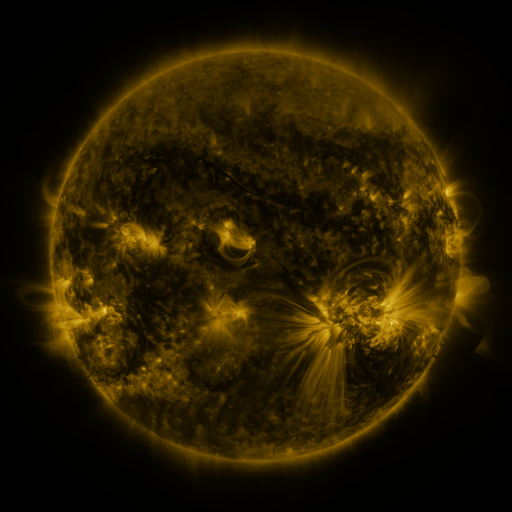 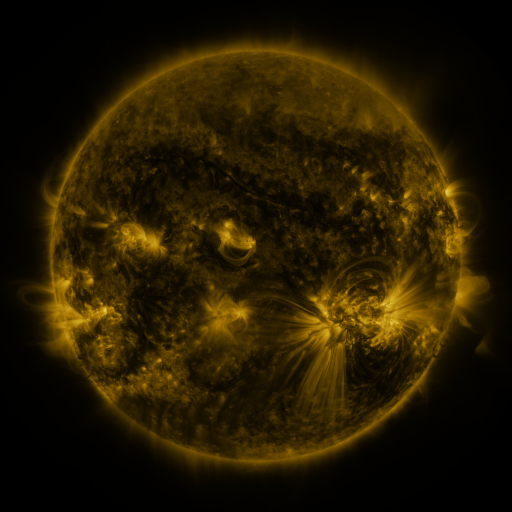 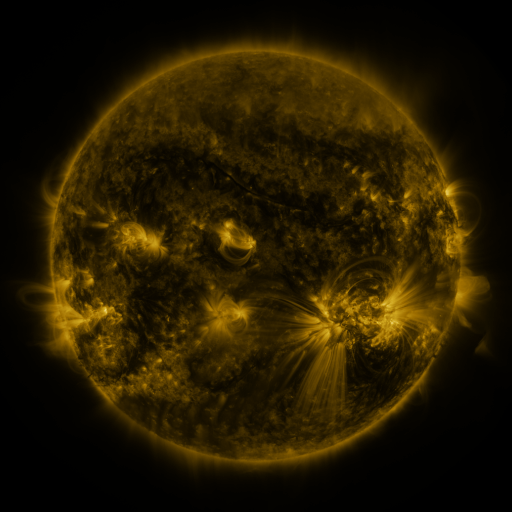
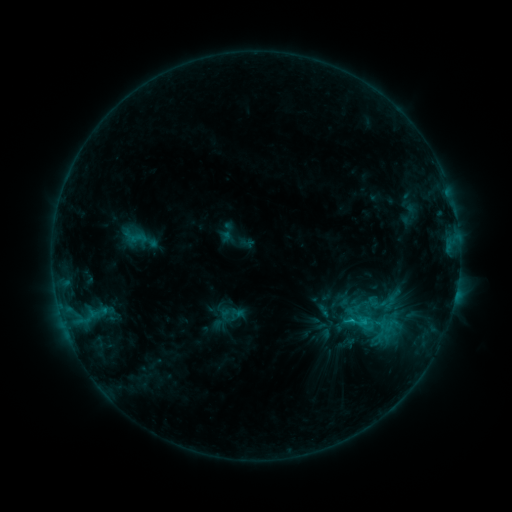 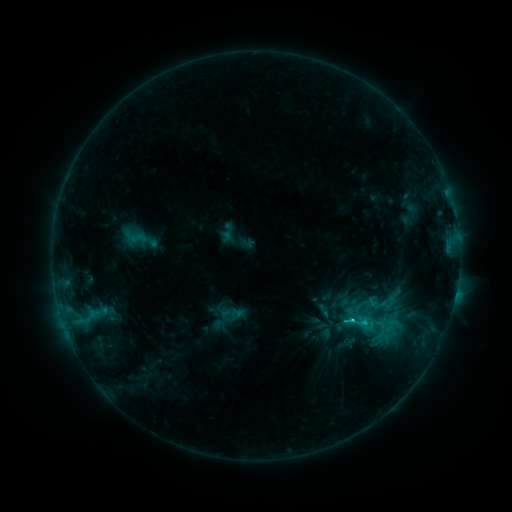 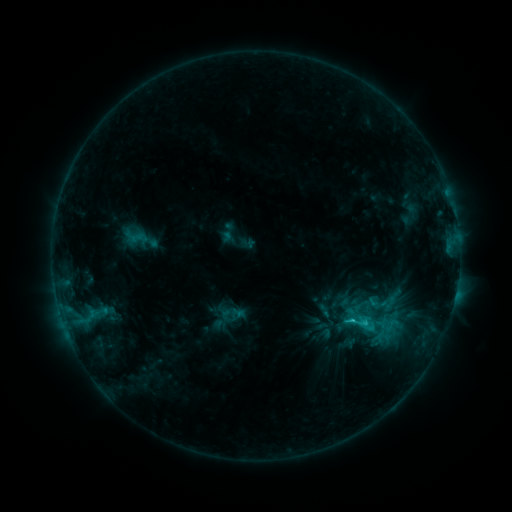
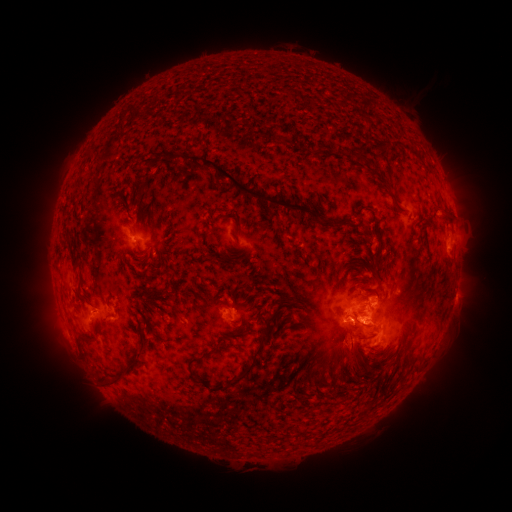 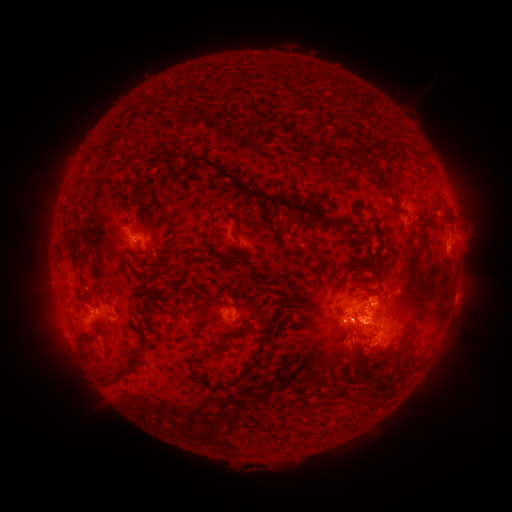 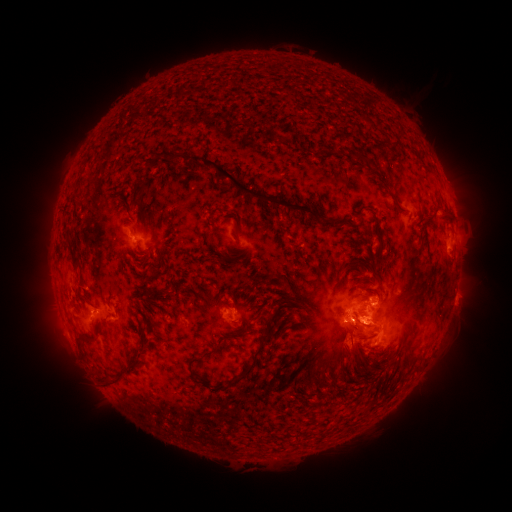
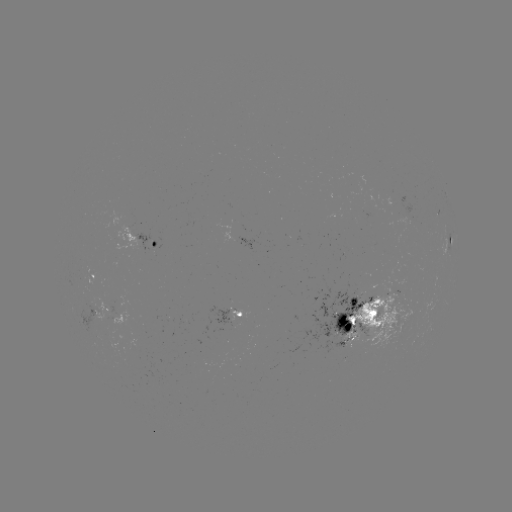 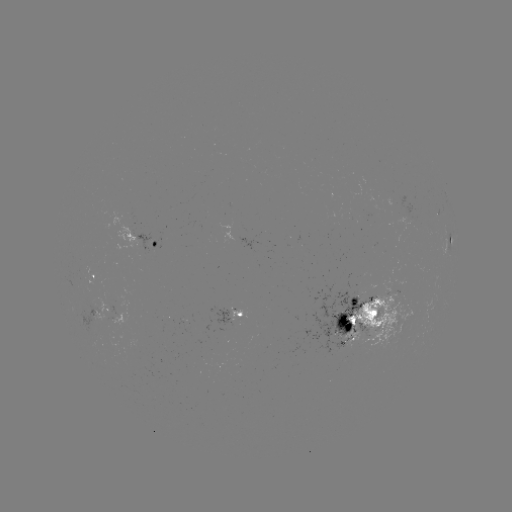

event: flare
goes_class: C3.1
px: (351, 320)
